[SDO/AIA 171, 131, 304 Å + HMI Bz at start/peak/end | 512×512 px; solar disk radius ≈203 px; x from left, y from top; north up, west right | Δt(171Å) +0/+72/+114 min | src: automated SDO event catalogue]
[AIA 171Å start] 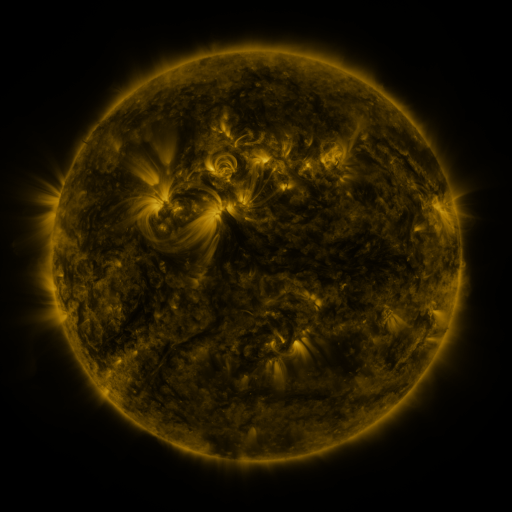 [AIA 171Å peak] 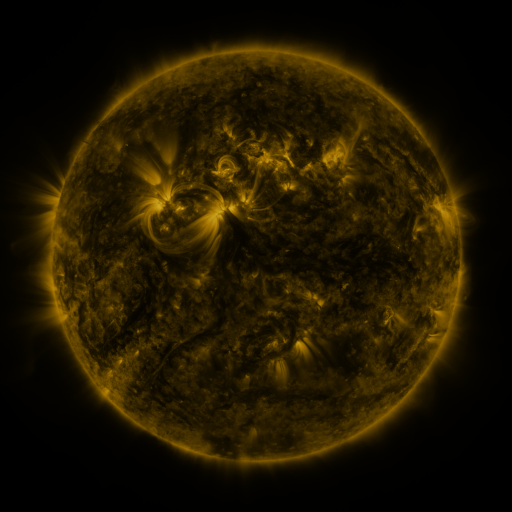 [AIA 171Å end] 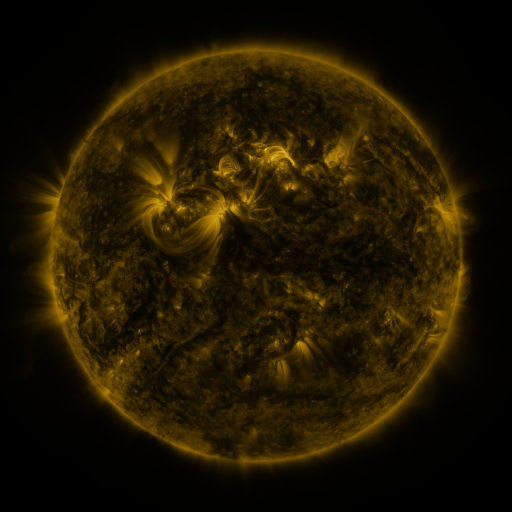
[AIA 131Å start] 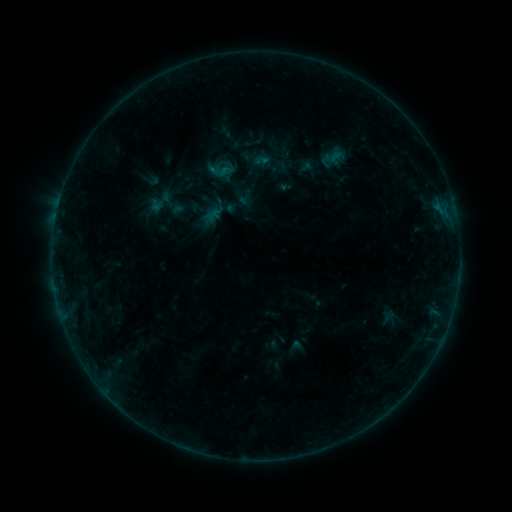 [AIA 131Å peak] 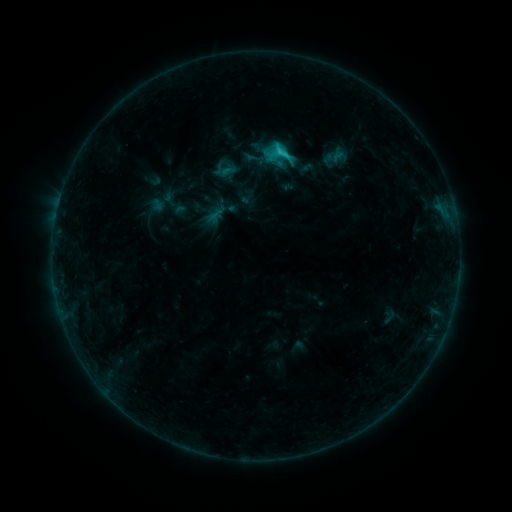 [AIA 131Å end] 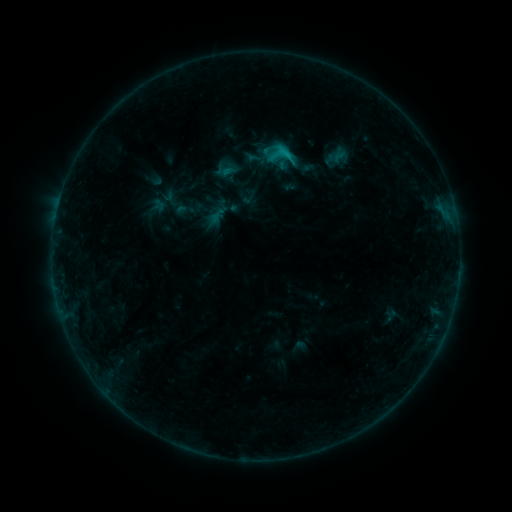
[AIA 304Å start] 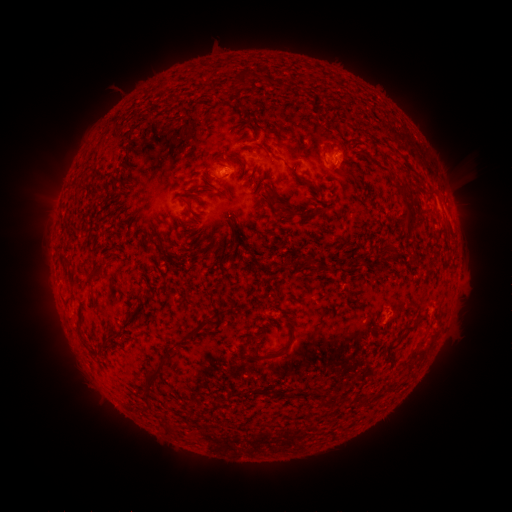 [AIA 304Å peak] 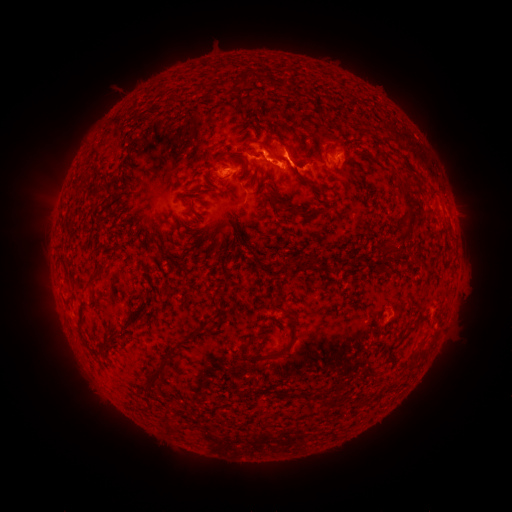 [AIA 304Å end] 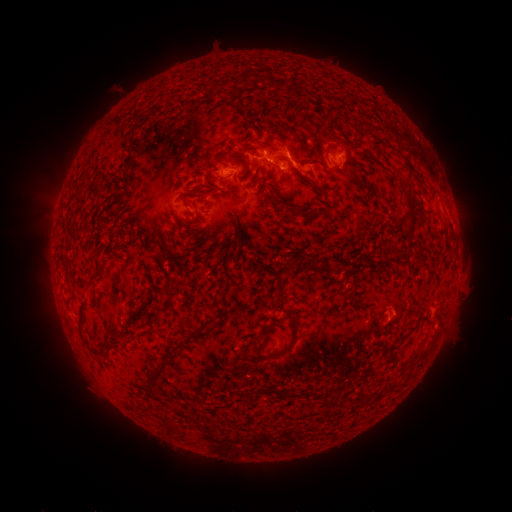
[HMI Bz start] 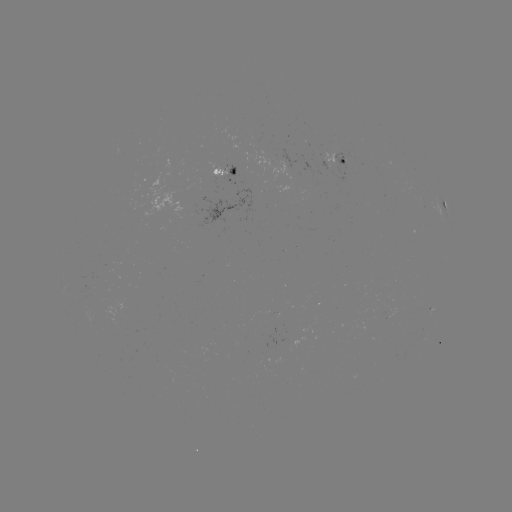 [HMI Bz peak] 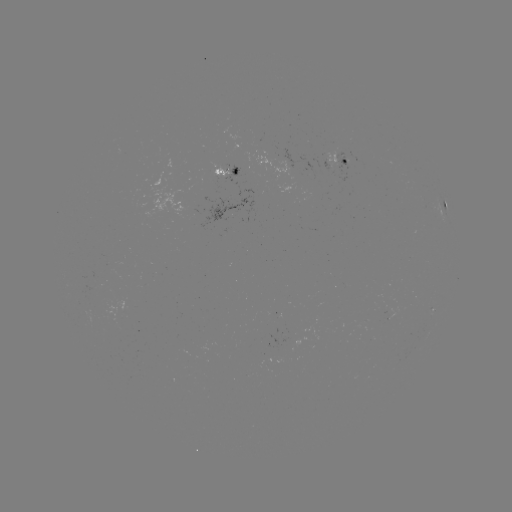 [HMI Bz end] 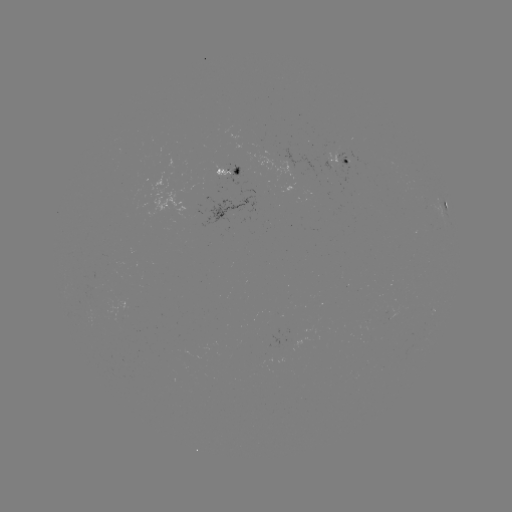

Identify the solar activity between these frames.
C2.4 flare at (278, 155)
